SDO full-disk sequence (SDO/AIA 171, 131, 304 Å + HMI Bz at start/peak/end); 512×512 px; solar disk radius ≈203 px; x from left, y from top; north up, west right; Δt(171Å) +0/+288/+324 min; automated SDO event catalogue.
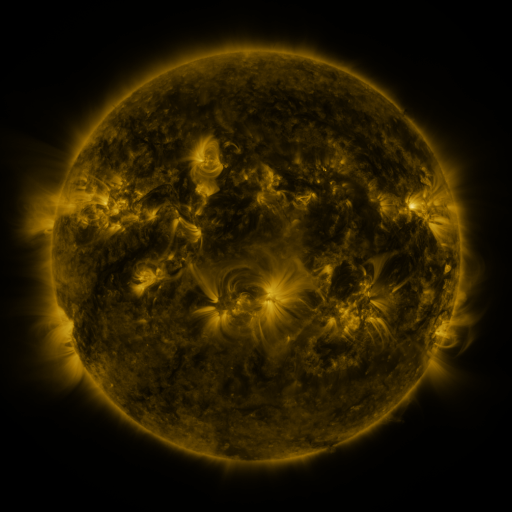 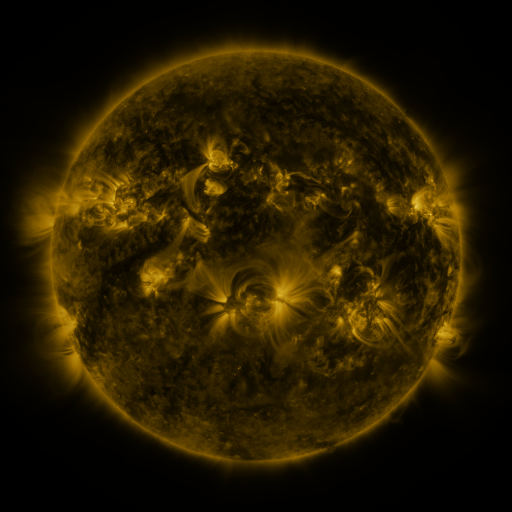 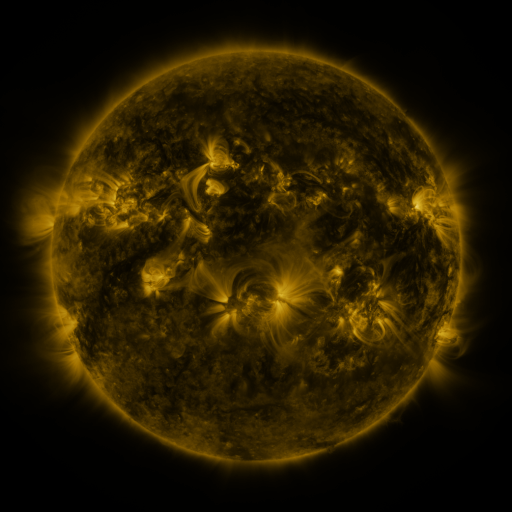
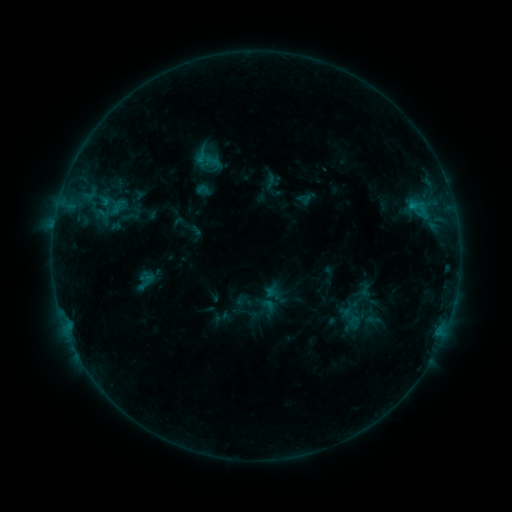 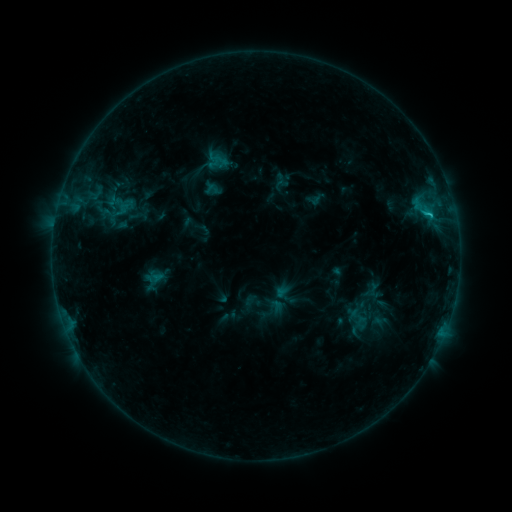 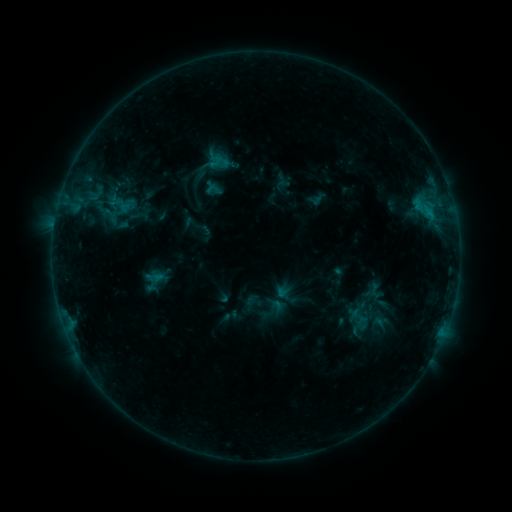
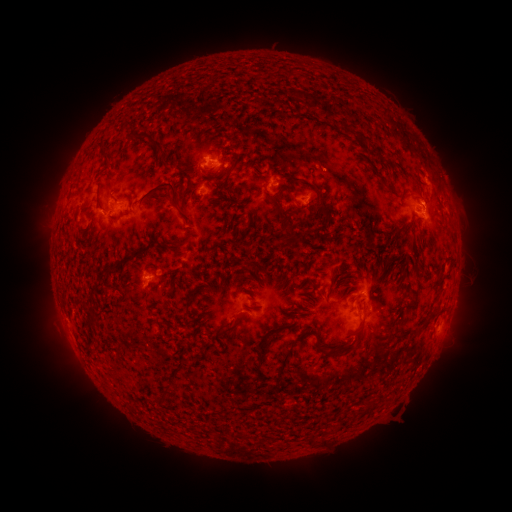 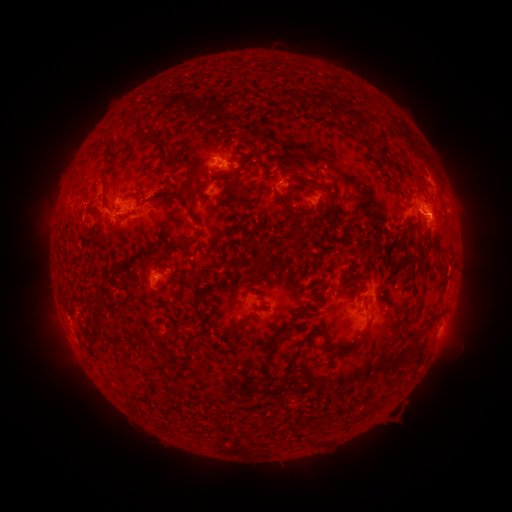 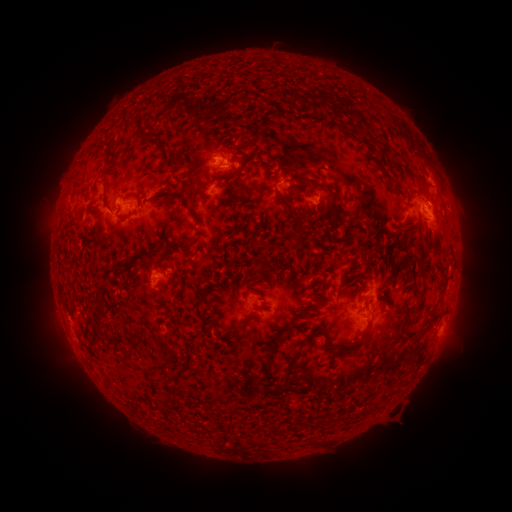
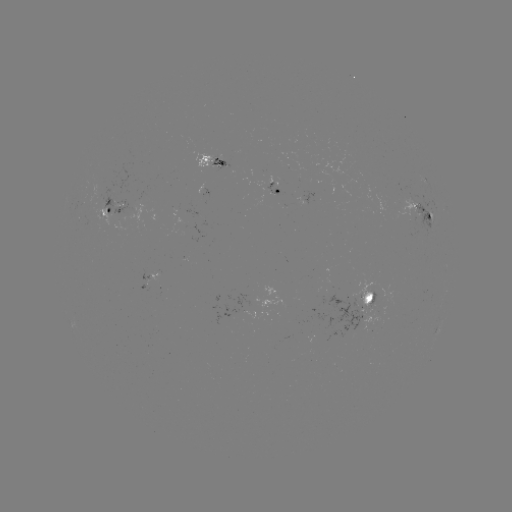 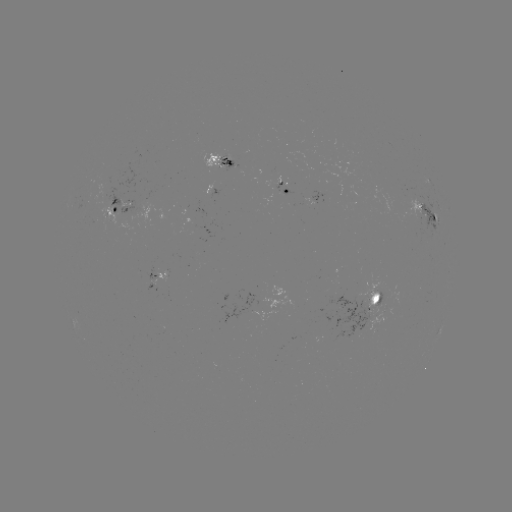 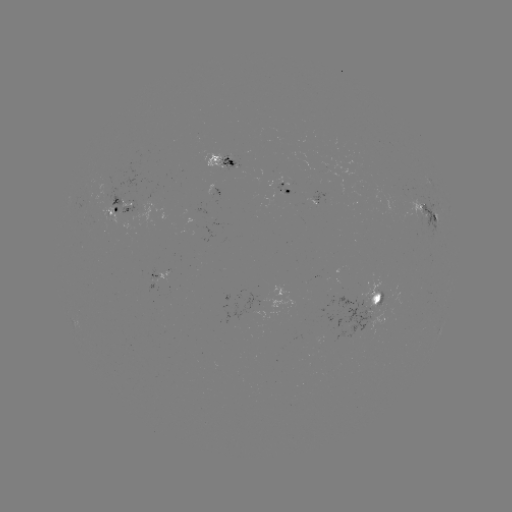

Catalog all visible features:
emerging-flux region: (418, 214)
